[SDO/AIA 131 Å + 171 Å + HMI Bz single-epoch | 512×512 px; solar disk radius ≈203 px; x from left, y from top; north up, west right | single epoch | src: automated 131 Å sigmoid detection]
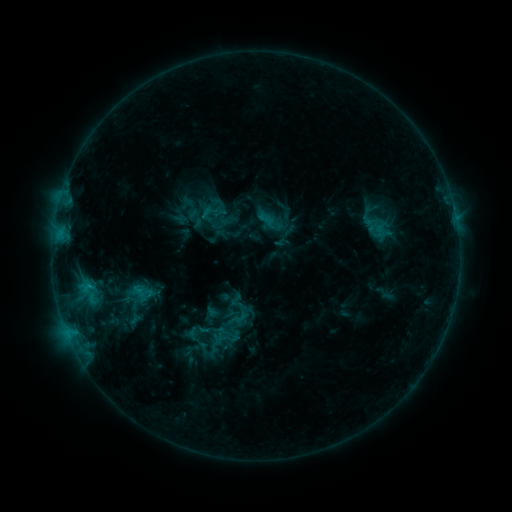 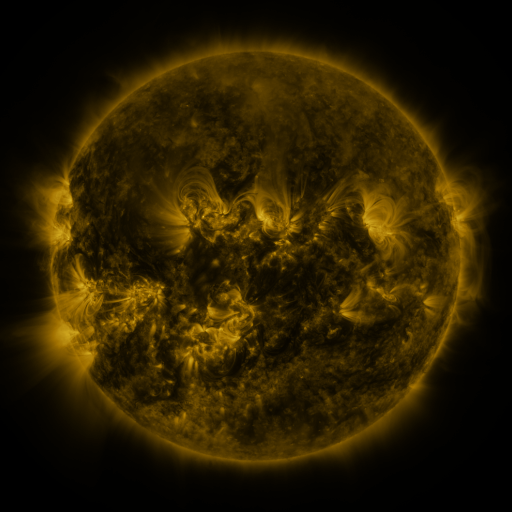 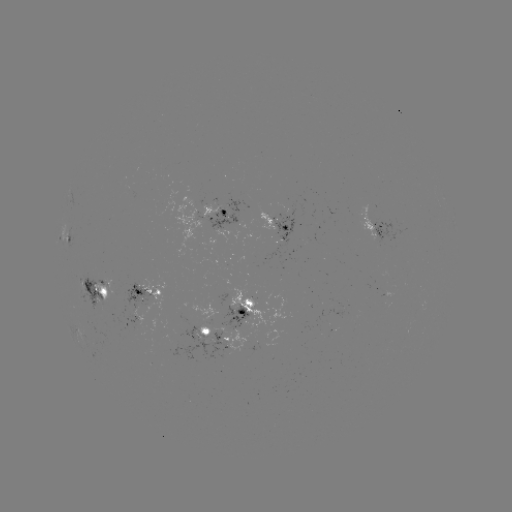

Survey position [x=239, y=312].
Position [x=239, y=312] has sigmoid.